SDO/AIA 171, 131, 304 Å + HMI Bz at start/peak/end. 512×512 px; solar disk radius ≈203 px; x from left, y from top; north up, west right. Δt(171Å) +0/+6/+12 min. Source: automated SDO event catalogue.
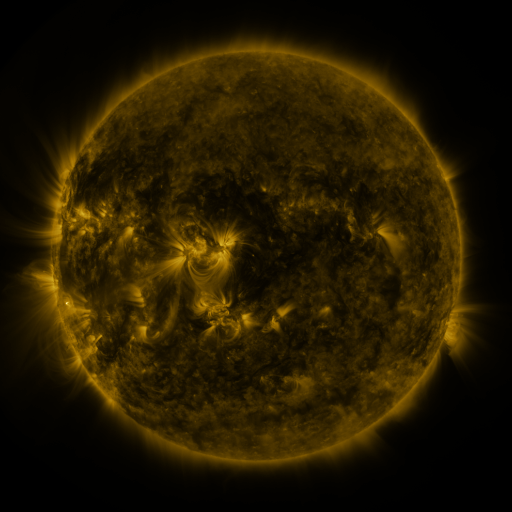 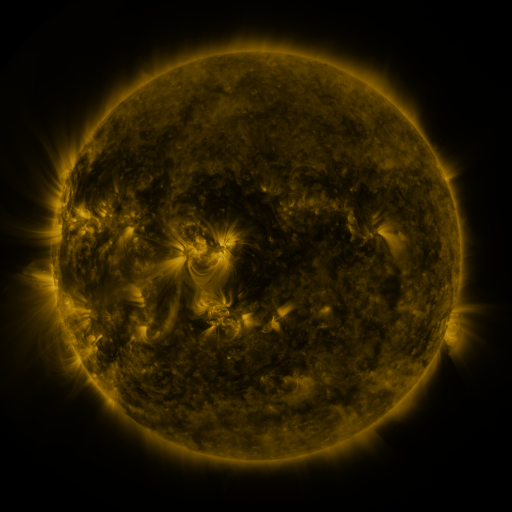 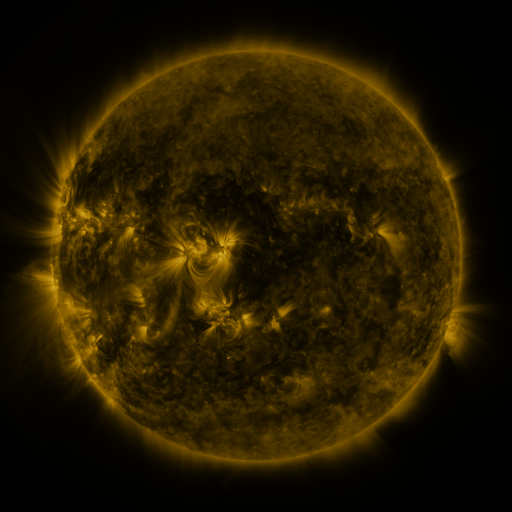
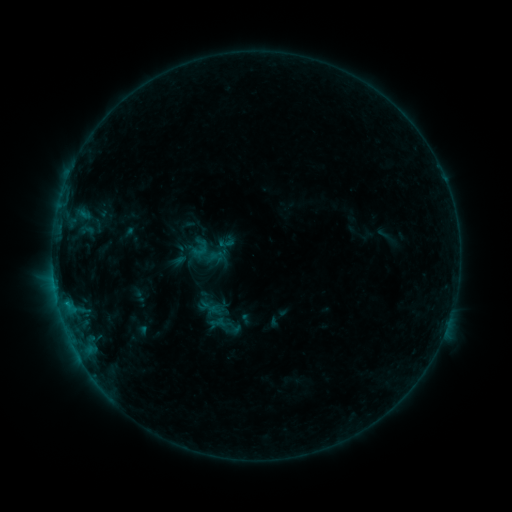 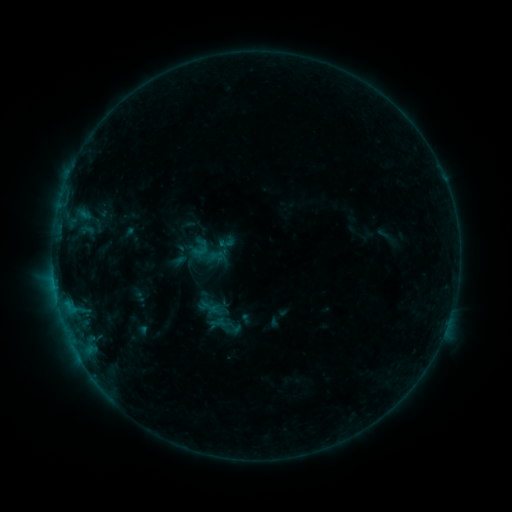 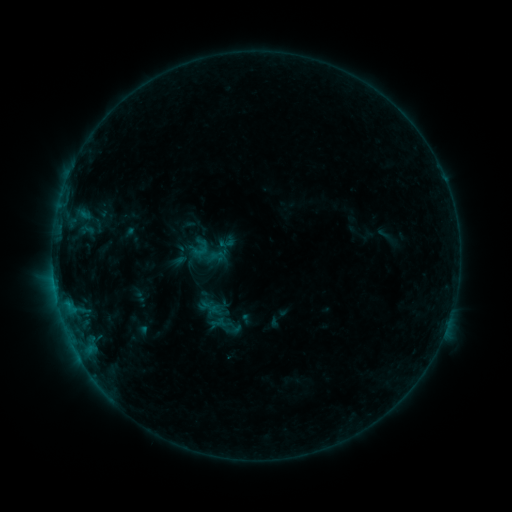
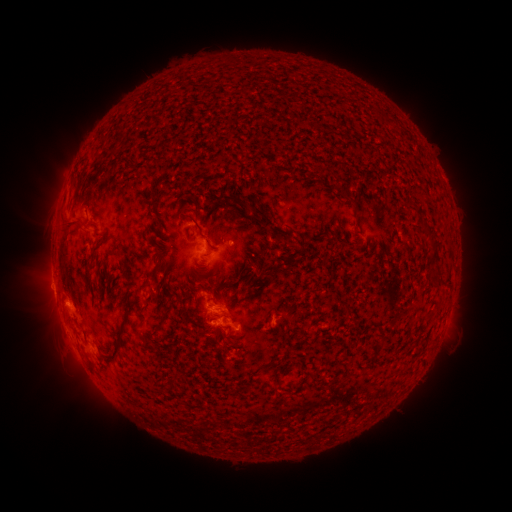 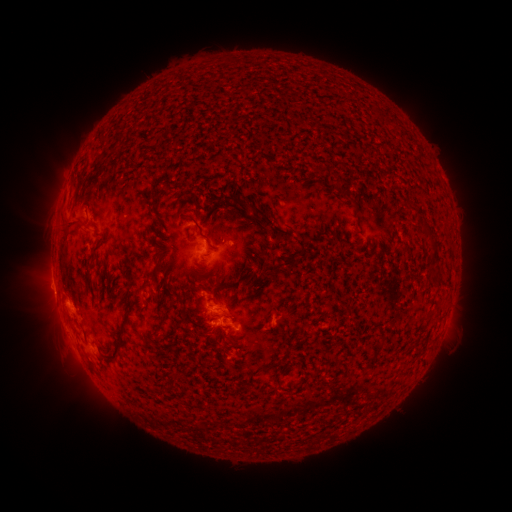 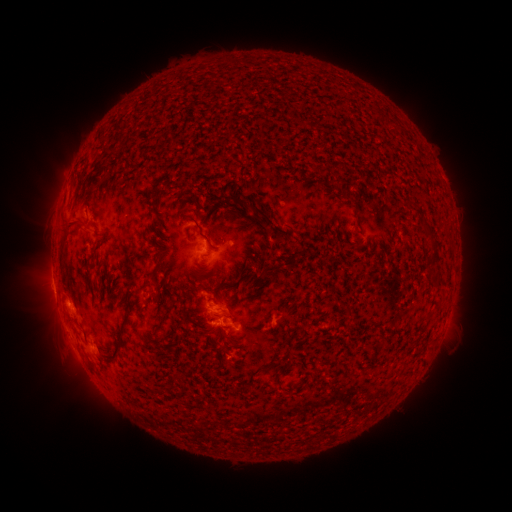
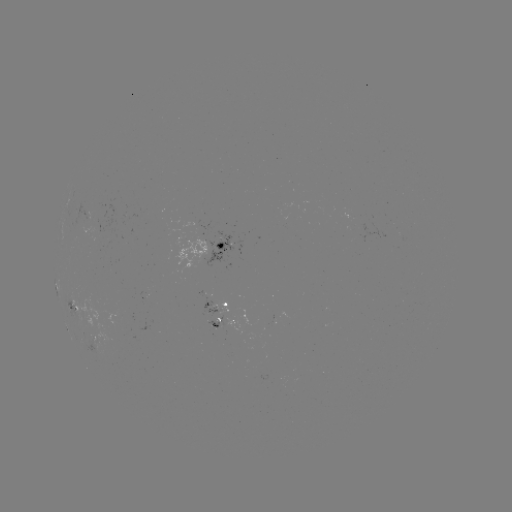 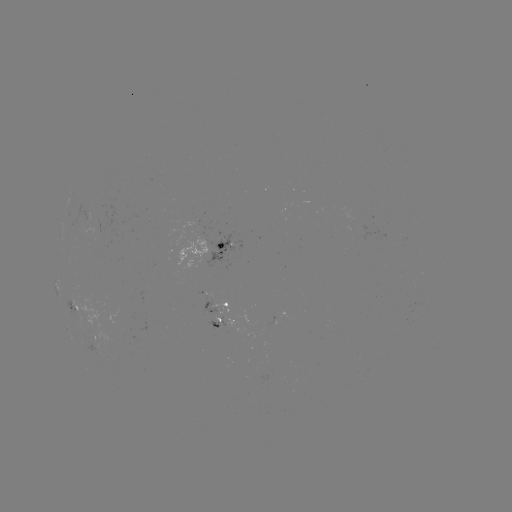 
no classed flare was catalogued and no EUV brightening was flagged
